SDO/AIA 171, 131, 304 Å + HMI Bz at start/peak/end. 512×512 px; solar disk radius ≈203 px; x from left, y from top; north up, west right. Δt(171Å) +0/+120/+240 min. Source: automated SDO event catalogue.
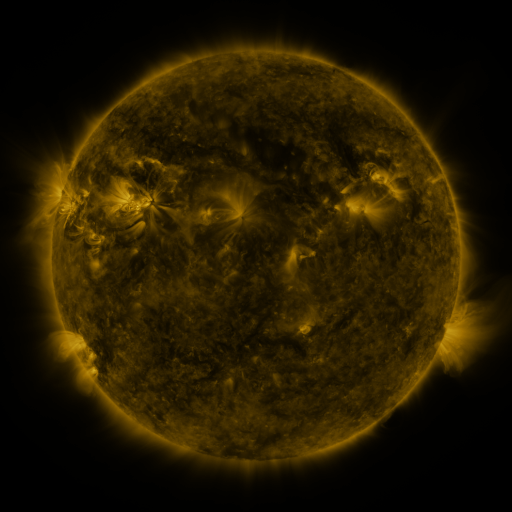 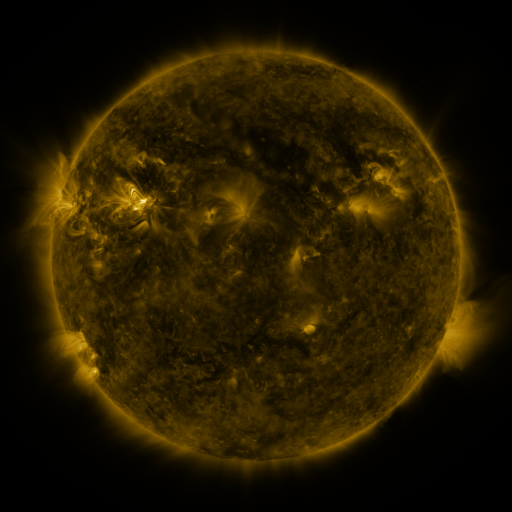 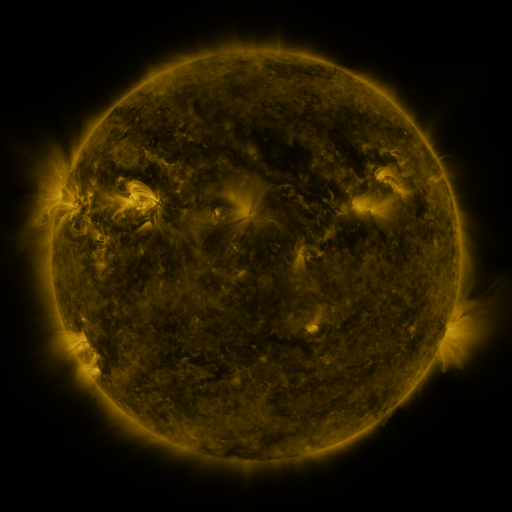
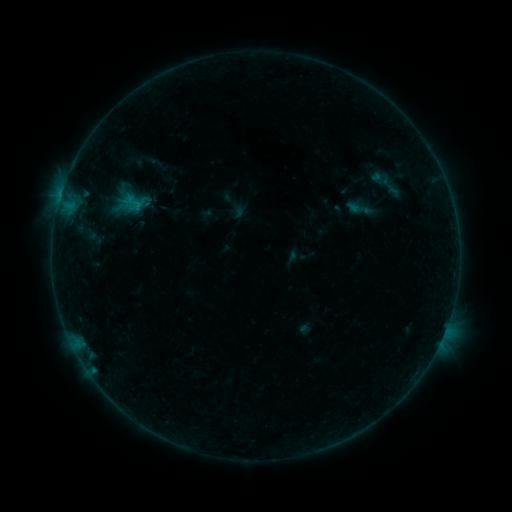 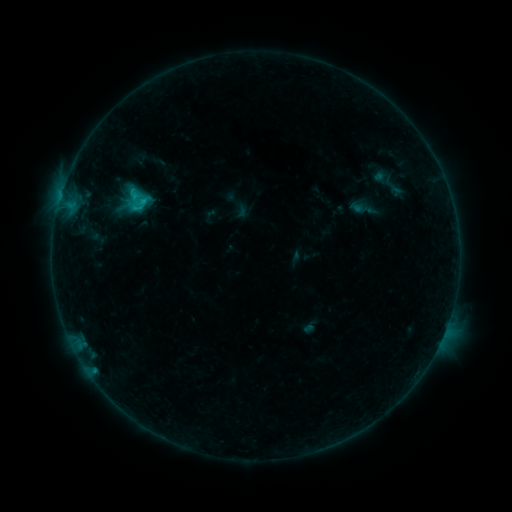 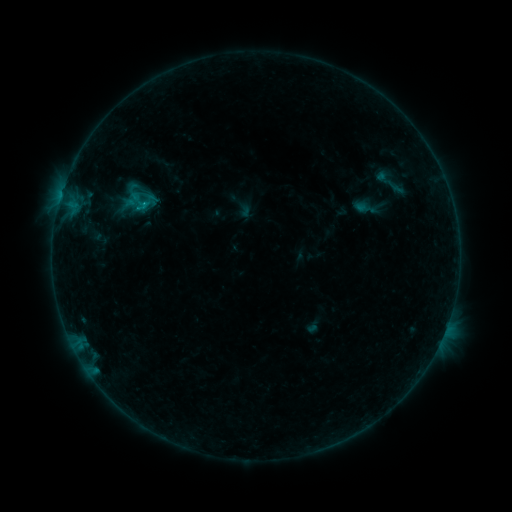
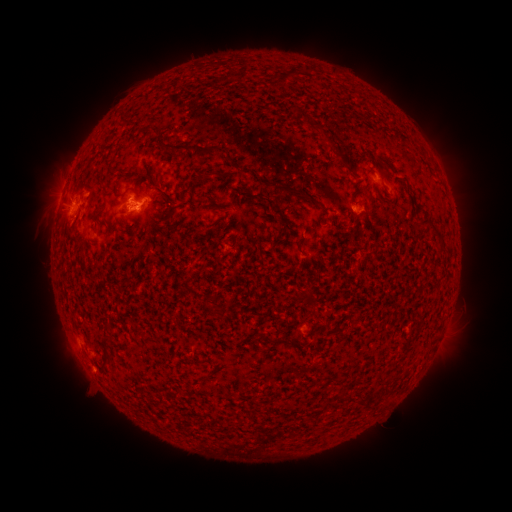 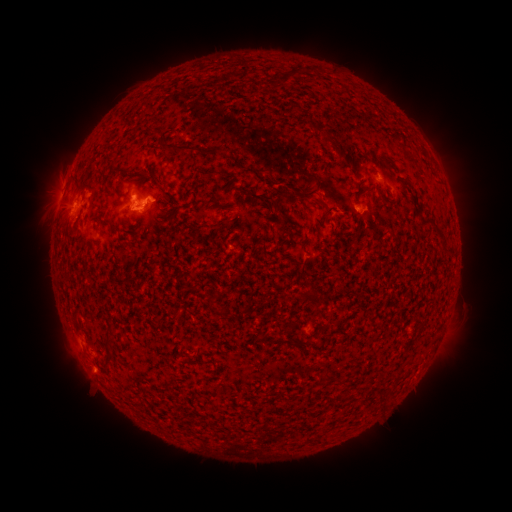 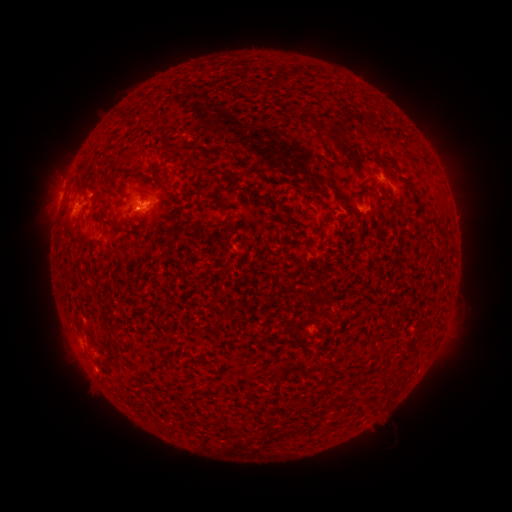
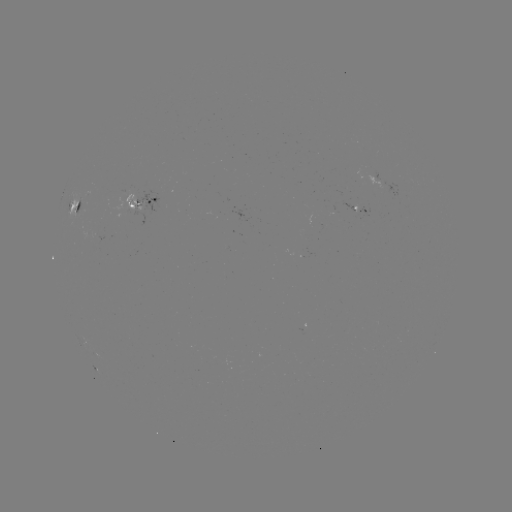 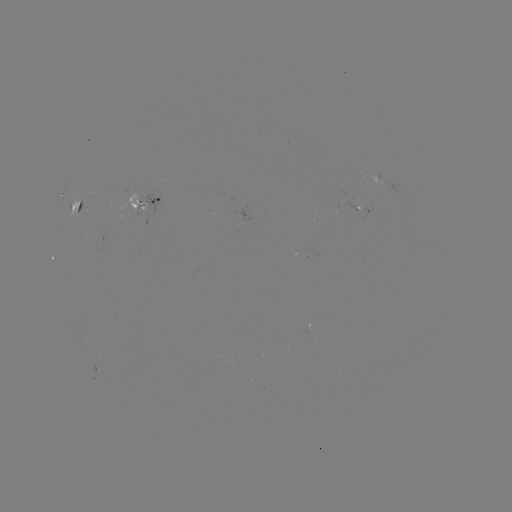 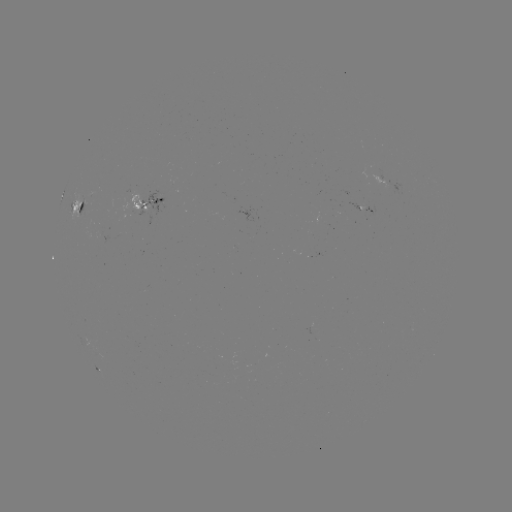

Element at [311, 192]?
filament eruption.